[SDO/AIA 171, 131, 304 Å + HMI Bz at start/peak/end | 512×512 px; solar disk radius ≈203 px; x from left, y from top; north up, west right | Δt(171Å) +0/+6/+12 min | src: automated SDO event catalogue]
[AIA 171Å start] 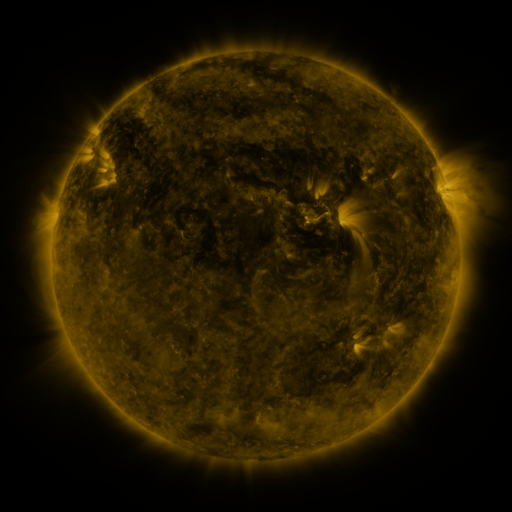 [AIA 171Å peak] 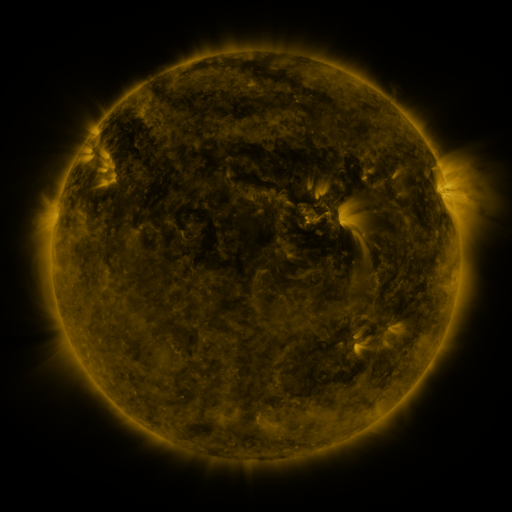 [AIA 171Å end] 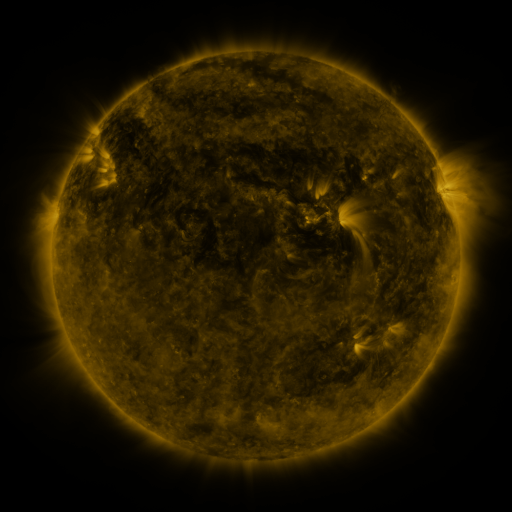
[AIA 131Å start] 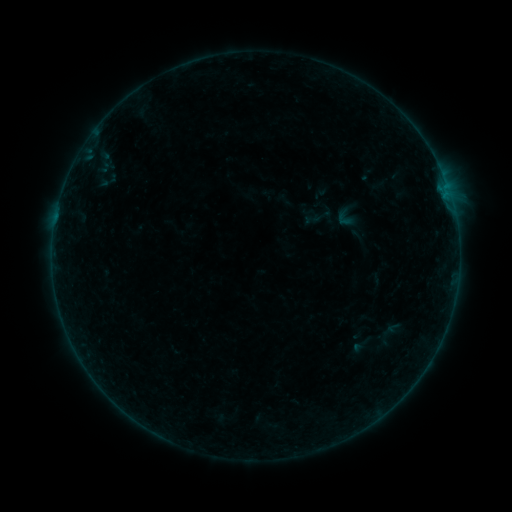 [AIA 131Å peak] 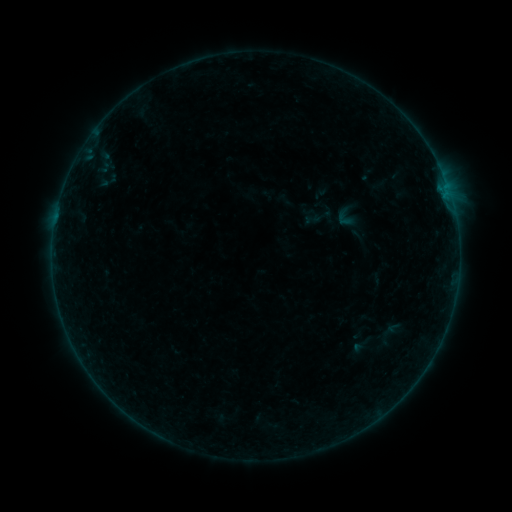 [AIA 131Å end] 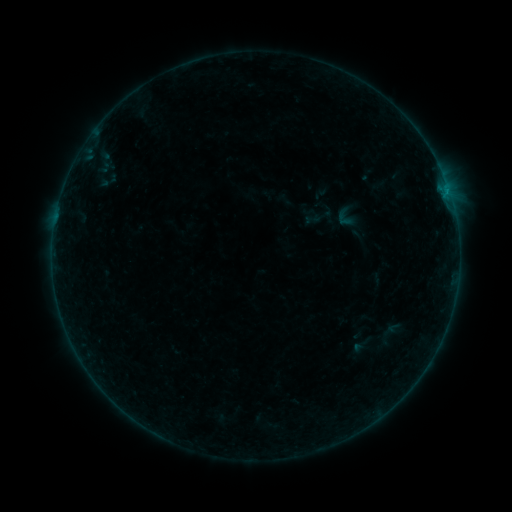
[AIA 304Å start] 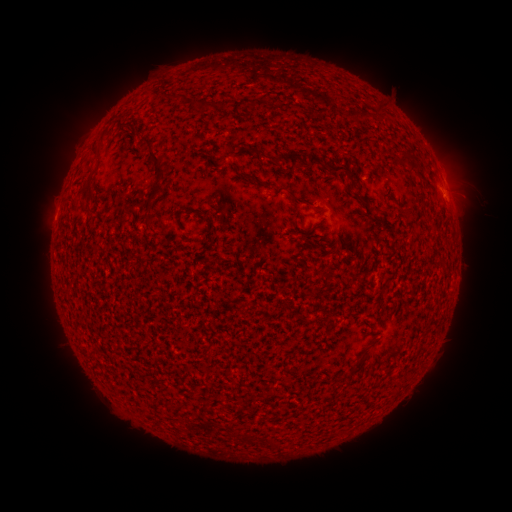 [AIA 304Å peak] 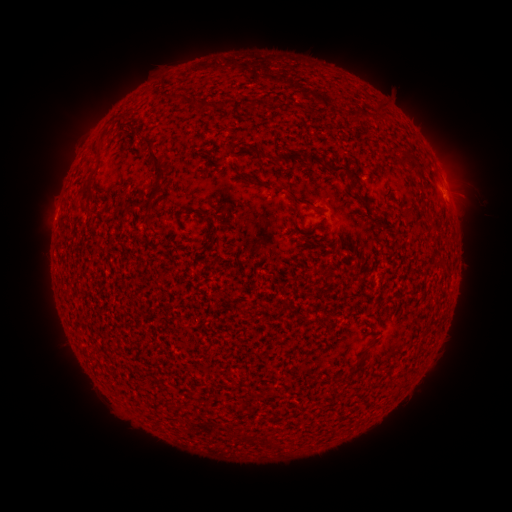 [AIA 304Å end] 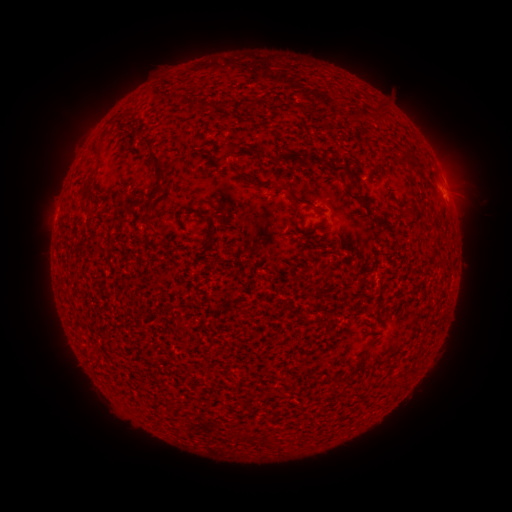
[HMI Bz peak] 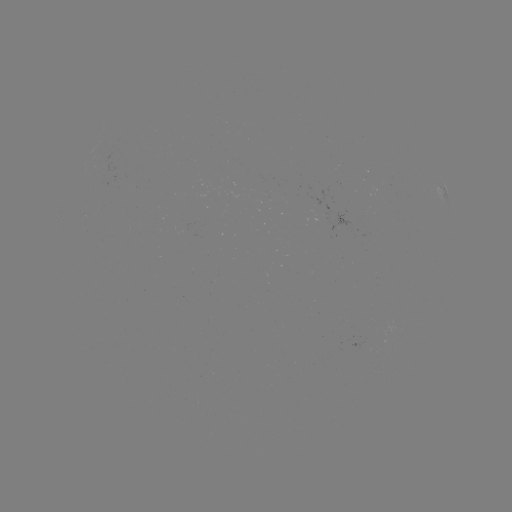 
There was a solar flare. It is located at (445, 198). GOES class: B2.3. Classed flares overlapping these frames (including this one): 1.